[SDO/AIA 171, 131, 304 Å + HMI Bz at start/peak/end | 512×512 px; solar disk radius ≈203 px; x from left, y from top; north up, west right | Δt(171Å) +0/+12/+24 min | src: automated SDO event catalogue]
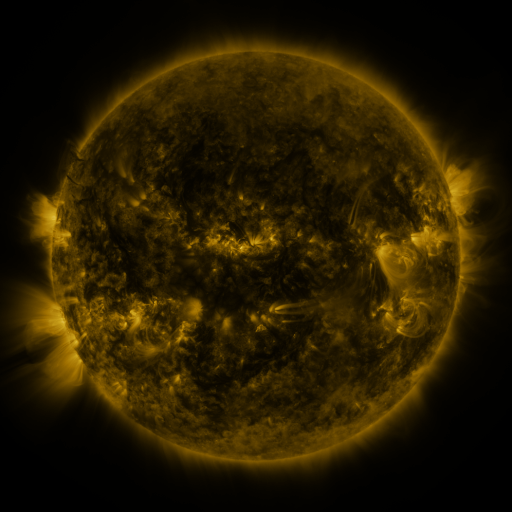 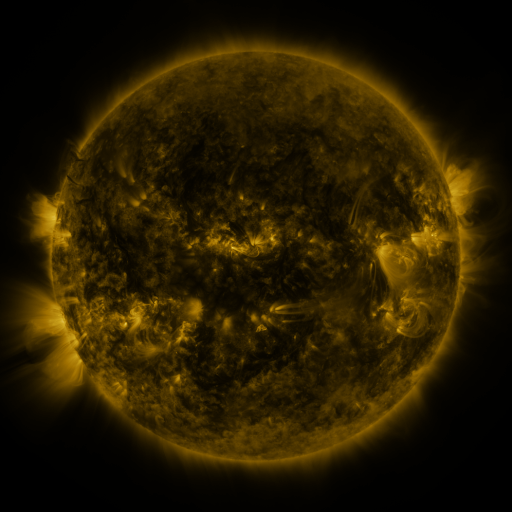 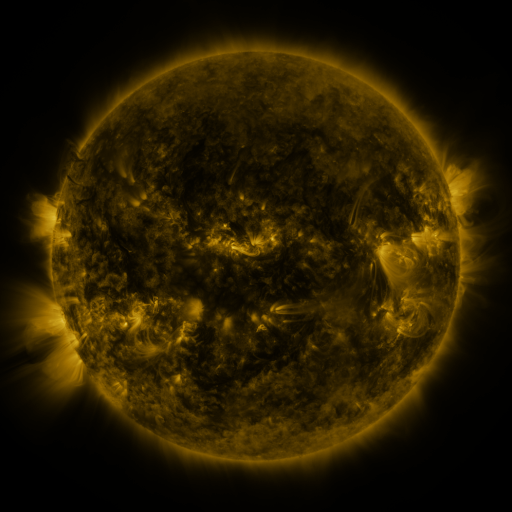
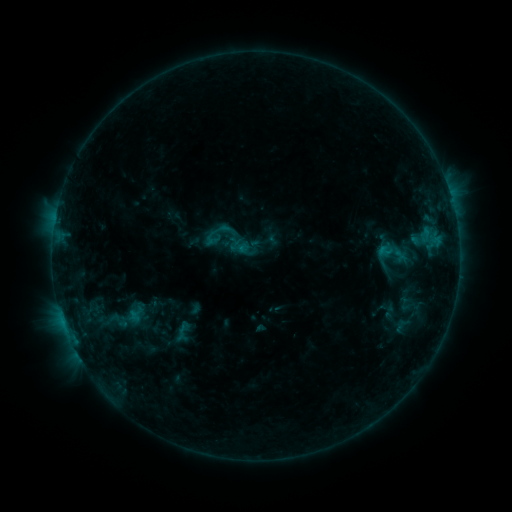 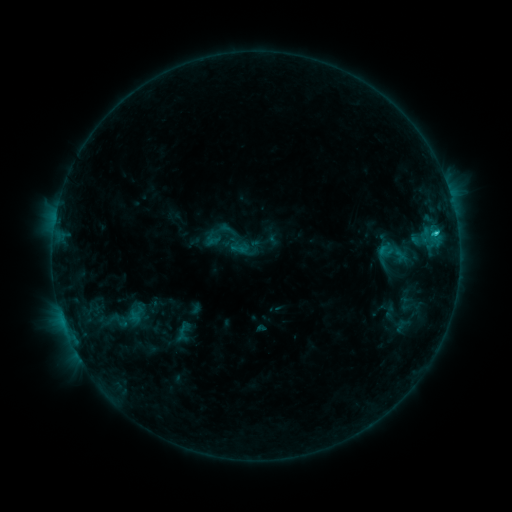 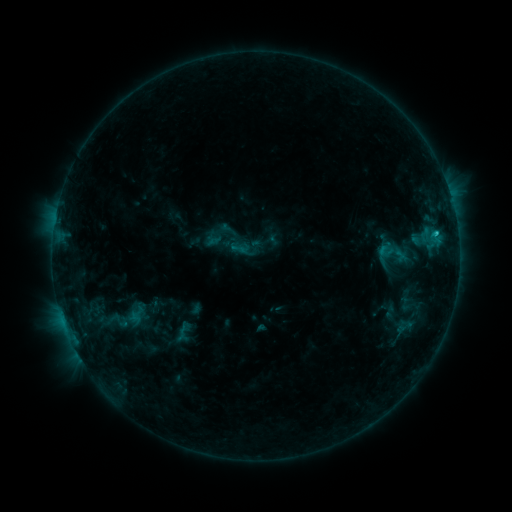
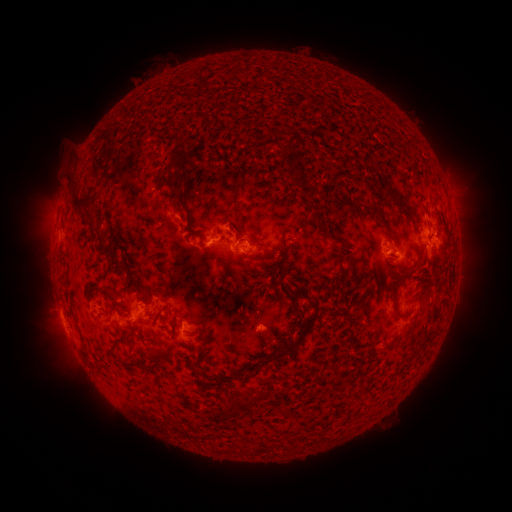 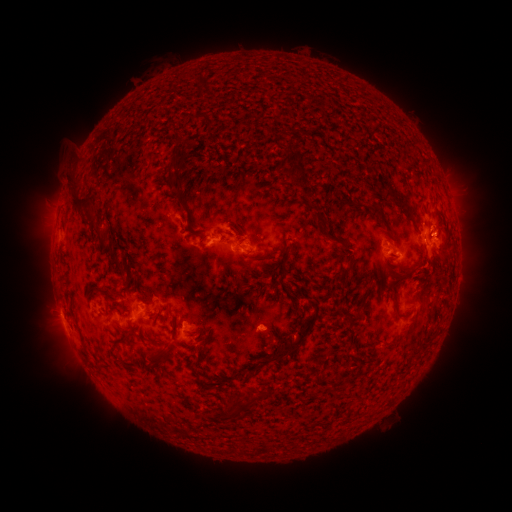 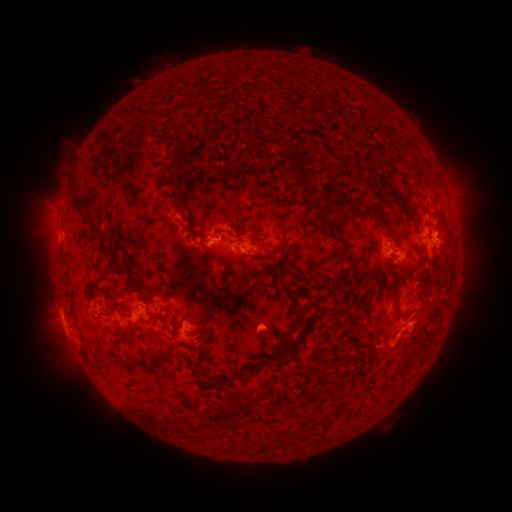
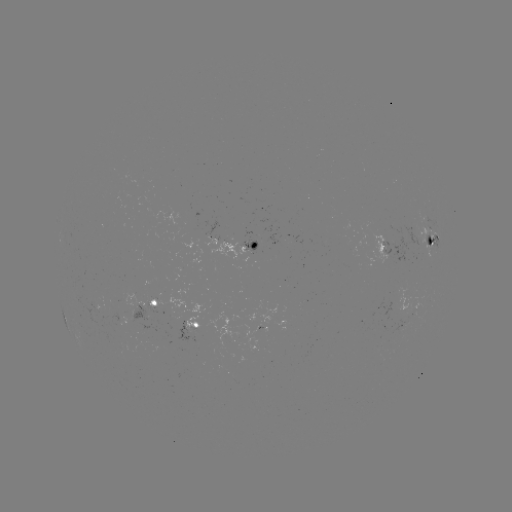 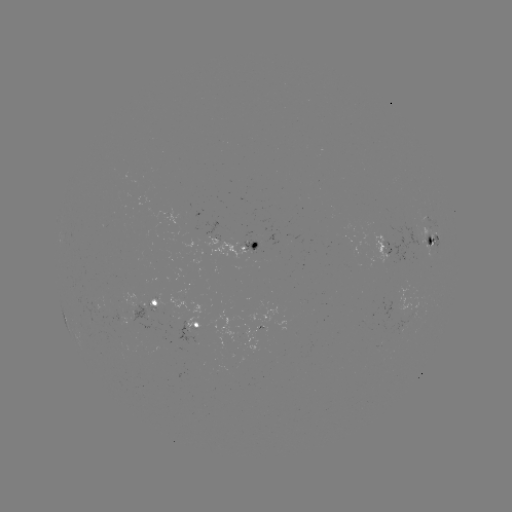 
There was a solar flare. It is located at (435, 235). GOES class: C1.8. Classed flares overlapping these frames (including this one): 2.